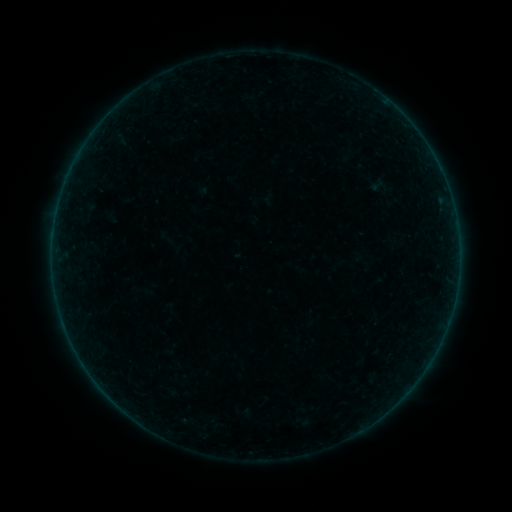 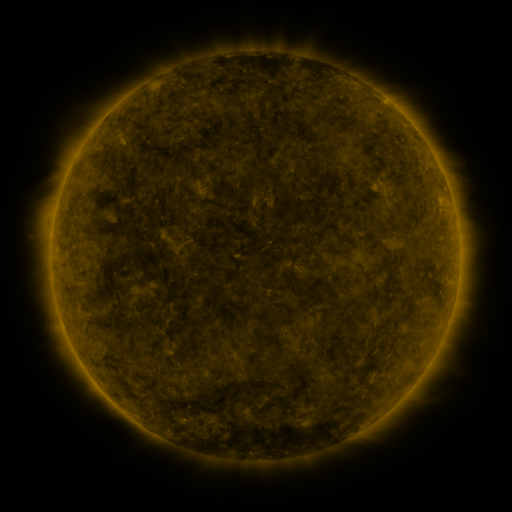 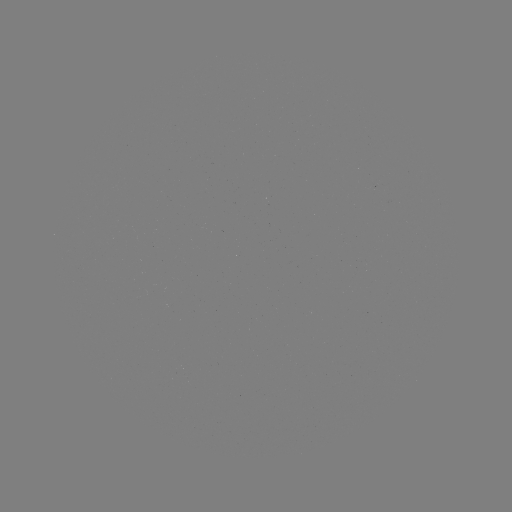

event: sigmoid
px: (377, 185)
